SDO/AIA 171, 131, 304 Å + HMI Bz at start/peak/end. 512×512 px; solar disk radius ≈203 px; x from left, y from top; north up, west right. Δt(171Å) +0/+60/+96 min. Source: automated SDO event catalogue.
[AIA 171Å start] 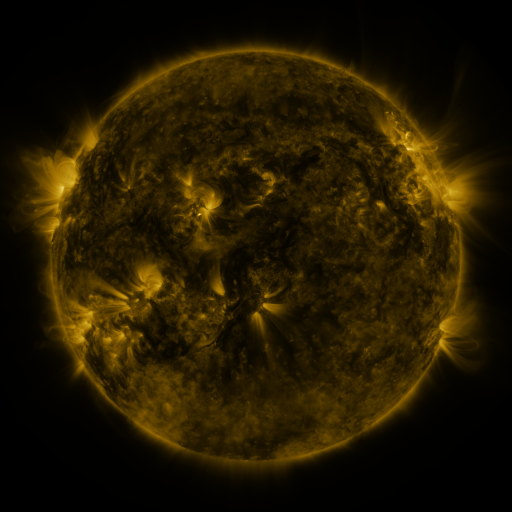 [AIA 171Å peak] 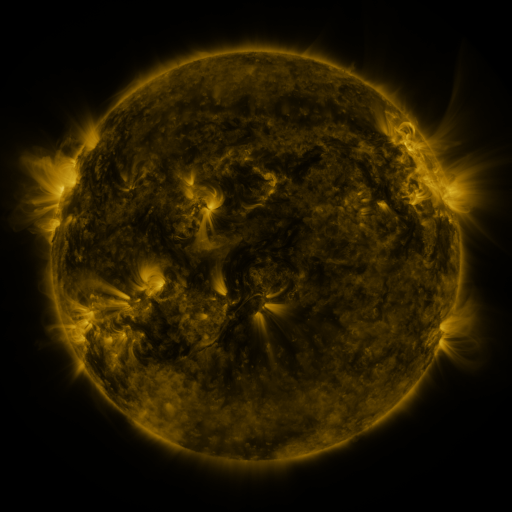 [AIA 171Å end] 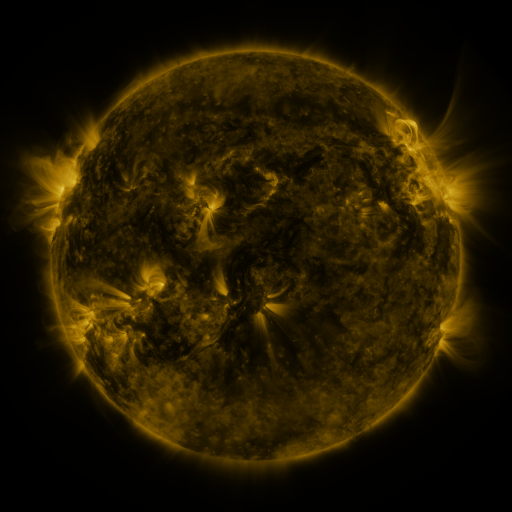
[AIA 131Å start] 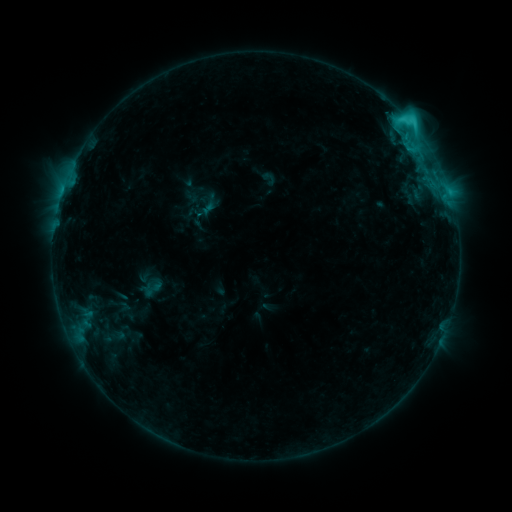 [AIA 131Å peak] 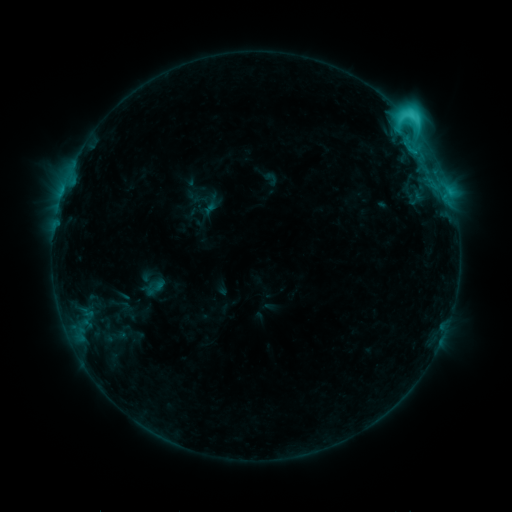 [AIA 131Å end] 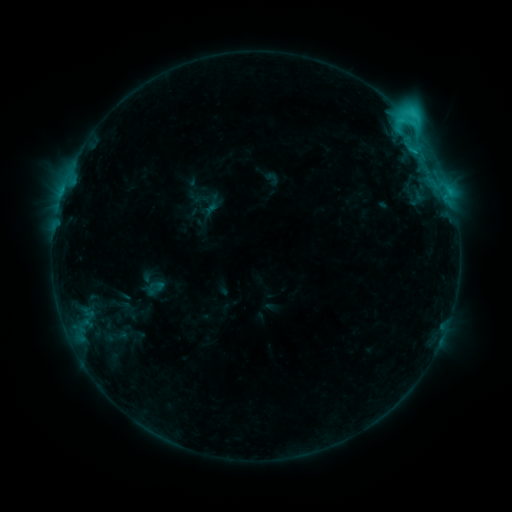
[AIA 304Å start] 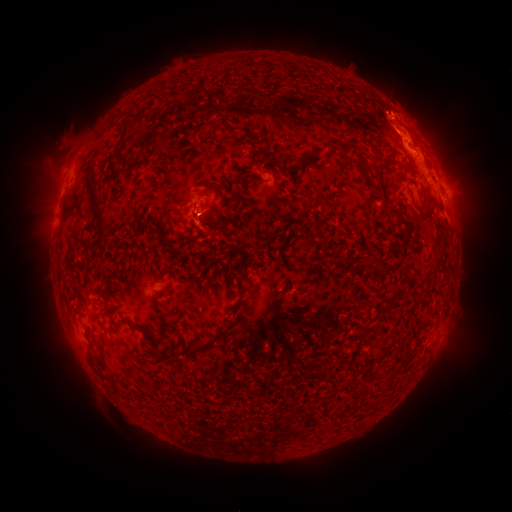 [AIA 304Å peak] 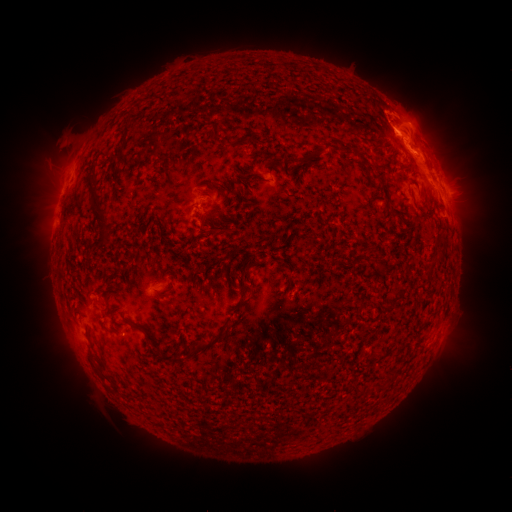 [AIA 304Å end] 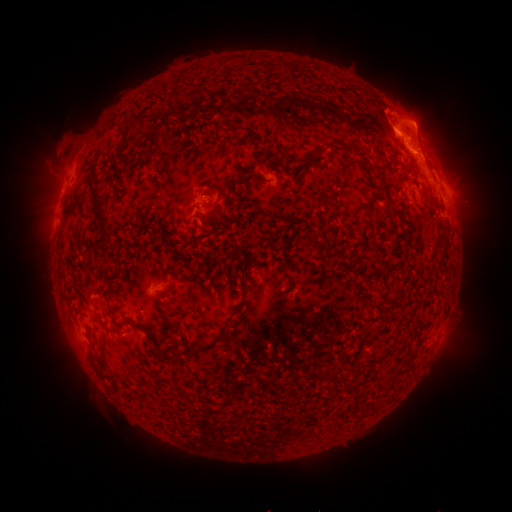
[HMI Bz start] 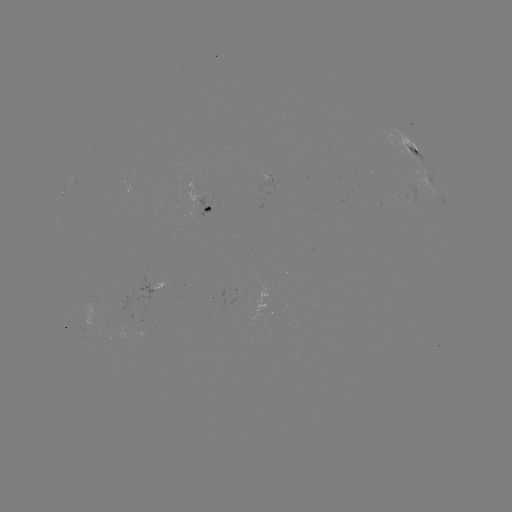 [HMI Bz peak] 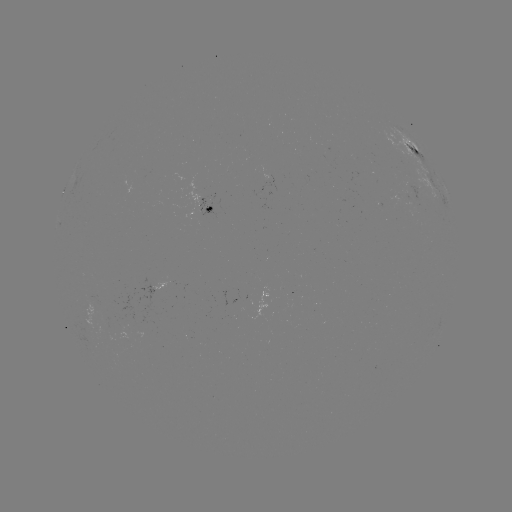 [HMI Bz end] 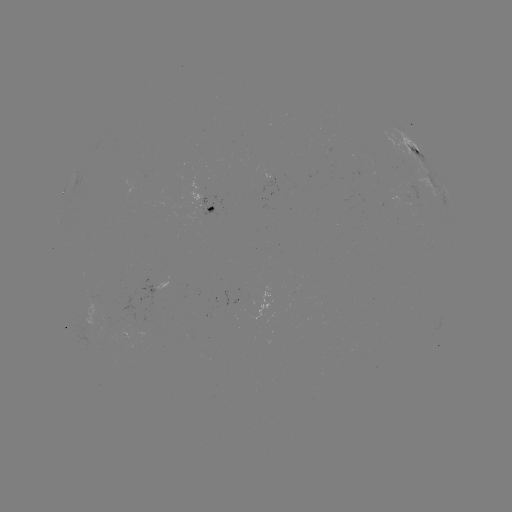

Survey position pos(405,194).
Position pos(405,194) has emerging-flux region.